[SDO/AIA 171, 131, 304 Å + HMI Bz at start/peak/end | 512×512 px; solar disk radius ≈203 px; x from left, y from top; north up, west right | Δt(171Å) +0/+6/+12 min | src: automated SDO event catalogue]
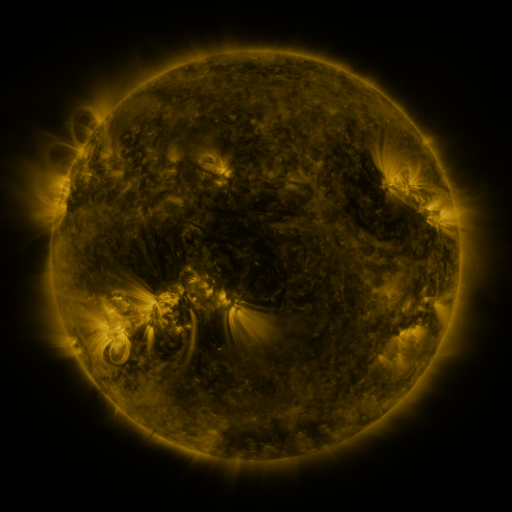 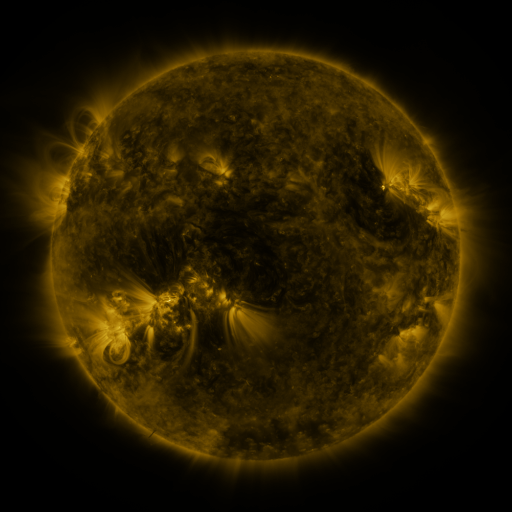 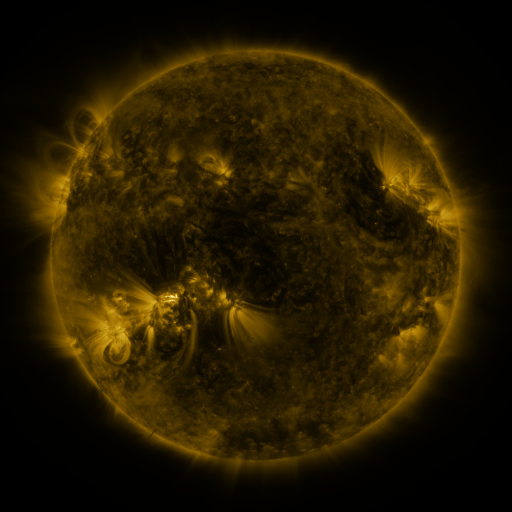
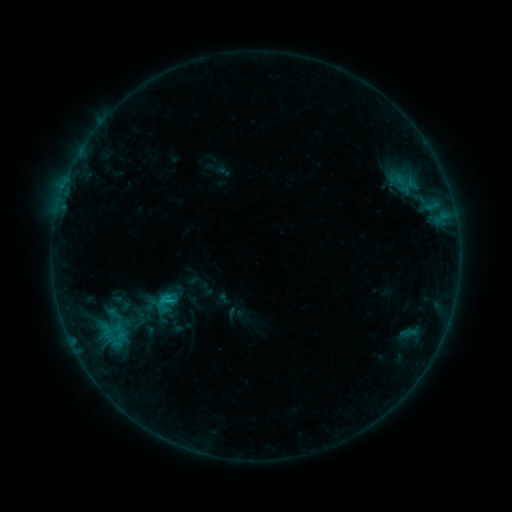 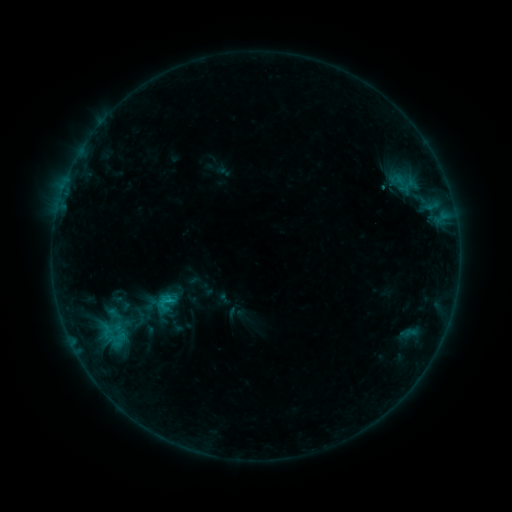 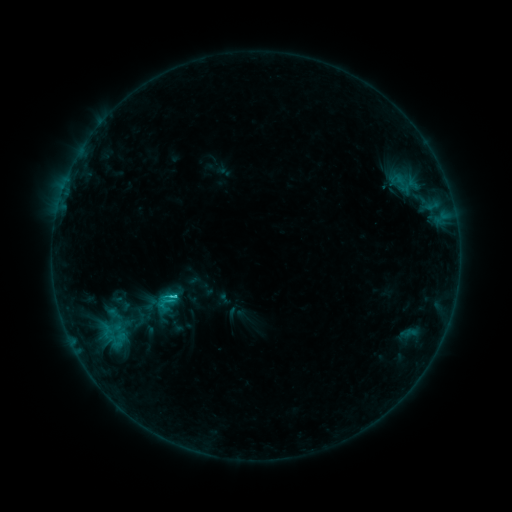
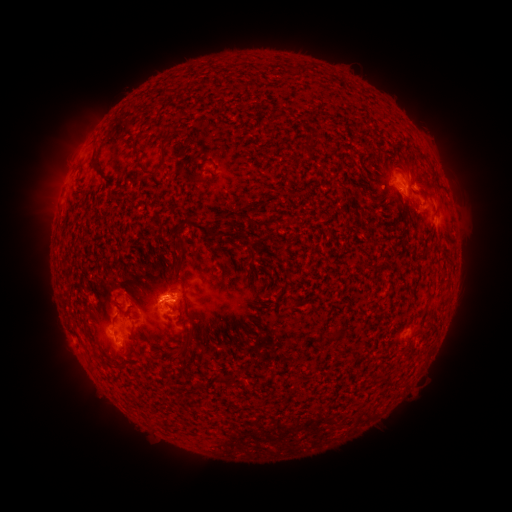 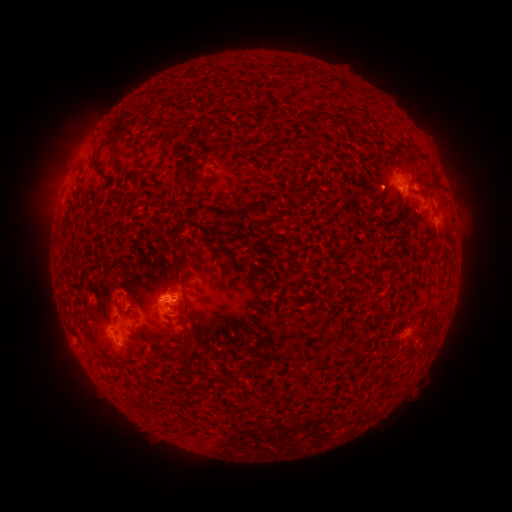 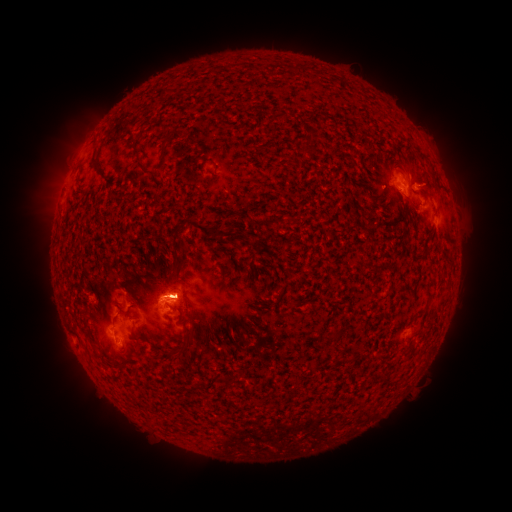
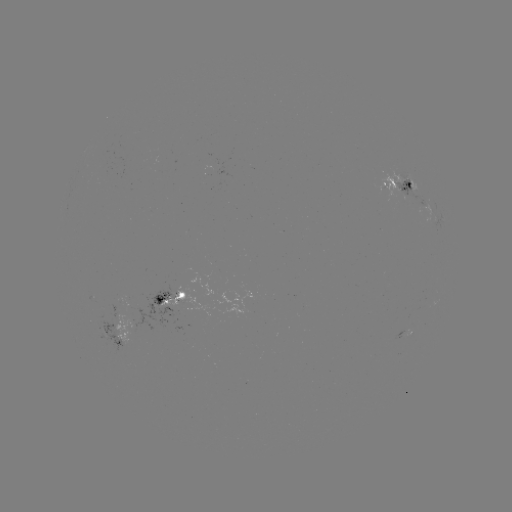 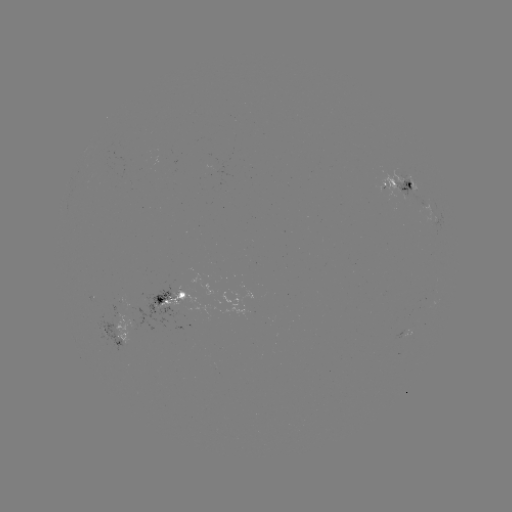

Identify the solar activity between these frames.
C1.1 flare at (170, 300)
